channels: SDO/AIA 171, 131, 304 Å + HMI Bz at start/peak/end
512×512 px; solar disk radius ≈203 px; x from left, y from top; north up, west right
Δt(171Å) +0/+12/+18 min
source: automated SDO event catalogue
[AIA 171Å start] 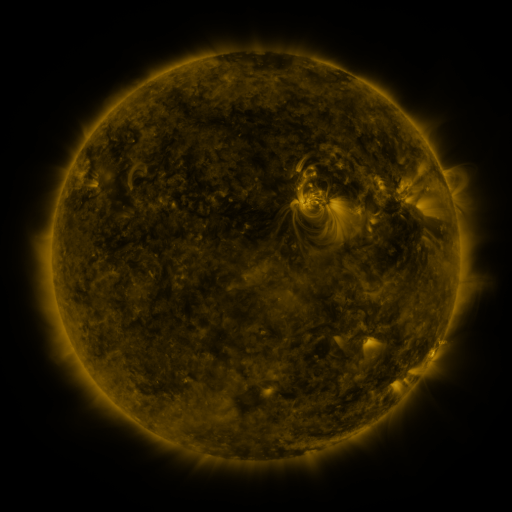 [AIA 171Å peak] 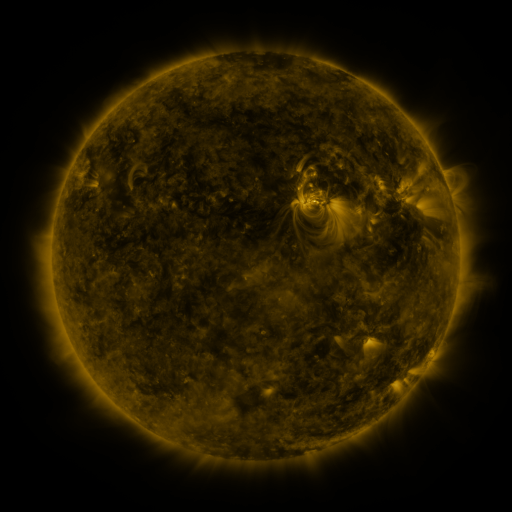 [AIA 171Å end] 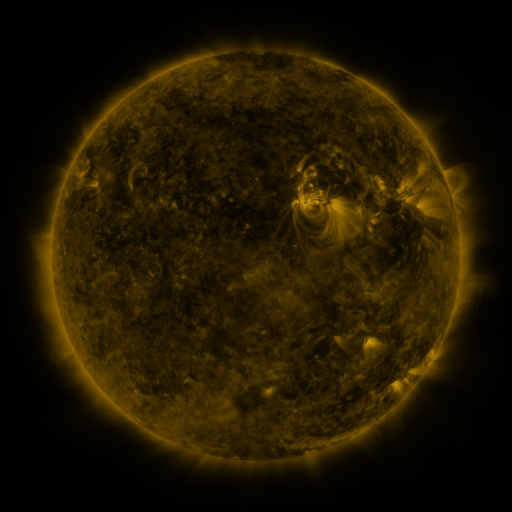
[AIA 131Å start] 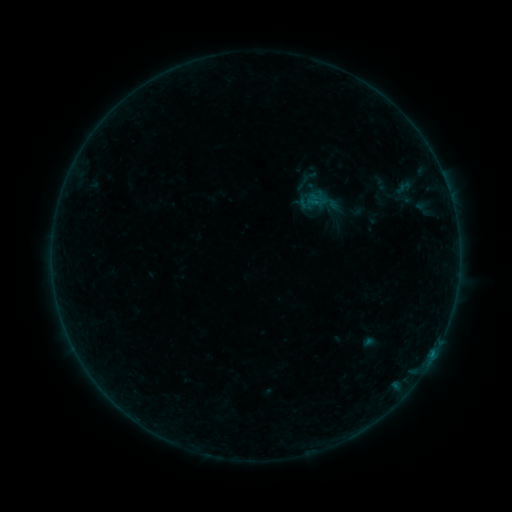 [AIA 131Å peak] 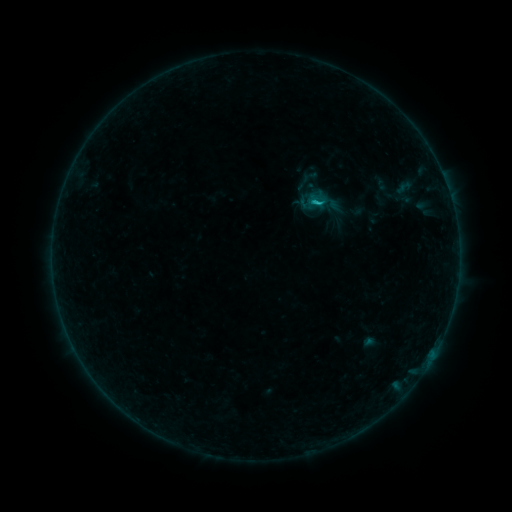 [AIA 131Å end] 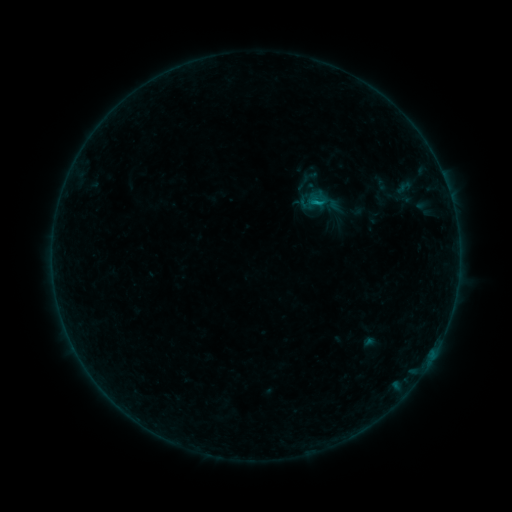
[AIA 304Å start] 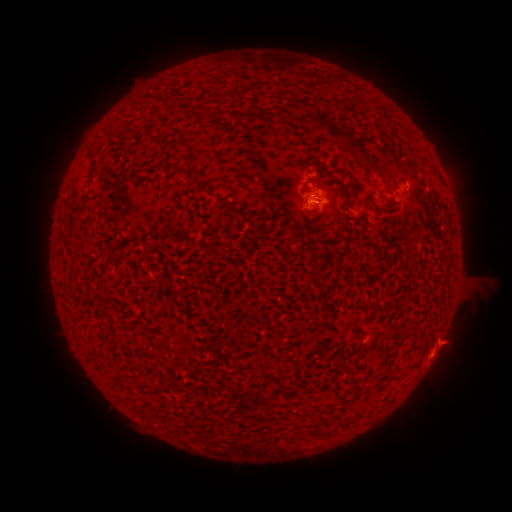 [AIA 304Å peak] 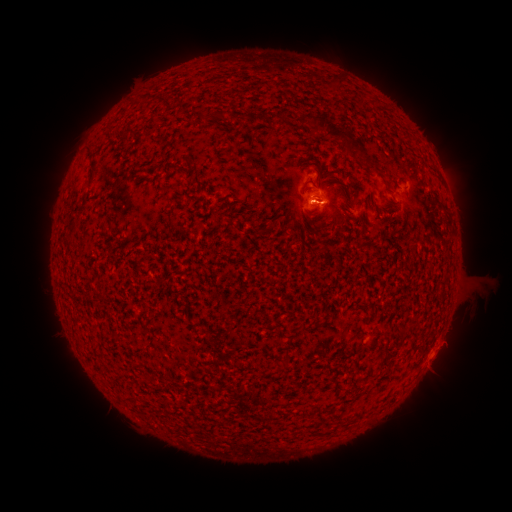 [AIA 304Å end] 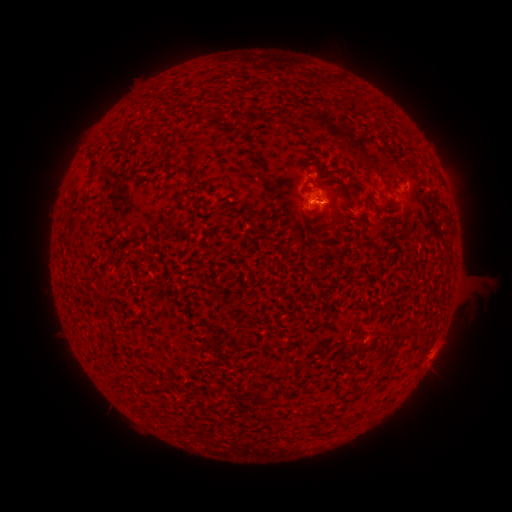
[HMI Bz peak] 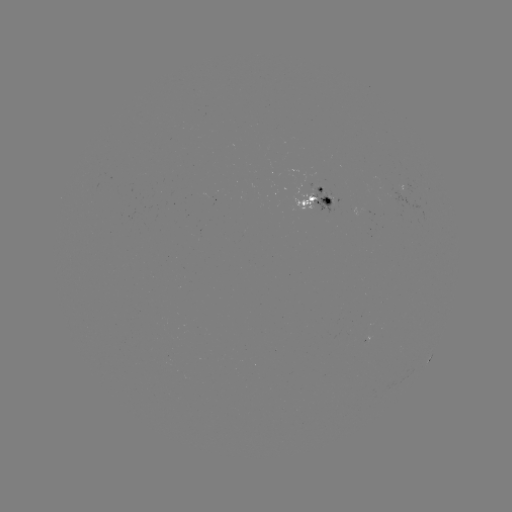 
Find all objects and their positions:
B7.0 flare: (312, 205)
